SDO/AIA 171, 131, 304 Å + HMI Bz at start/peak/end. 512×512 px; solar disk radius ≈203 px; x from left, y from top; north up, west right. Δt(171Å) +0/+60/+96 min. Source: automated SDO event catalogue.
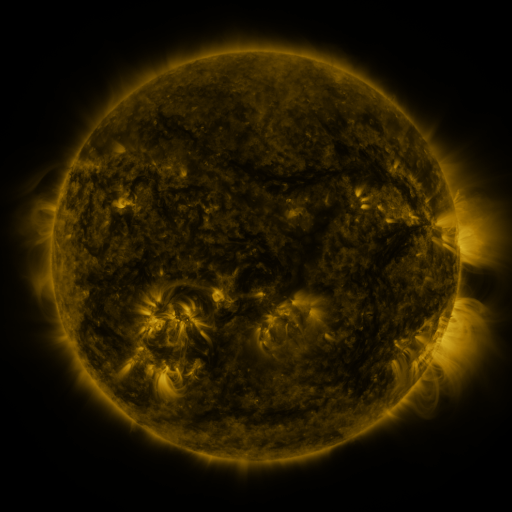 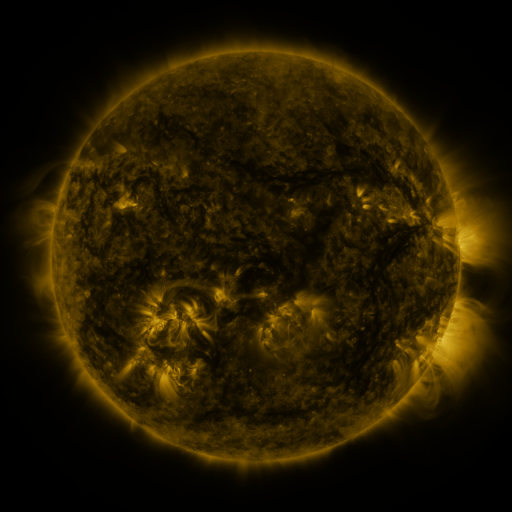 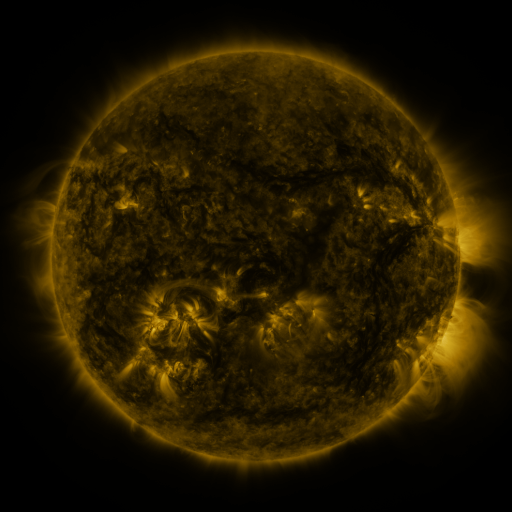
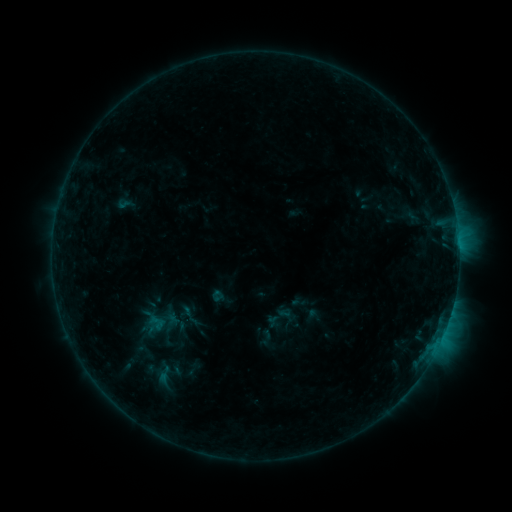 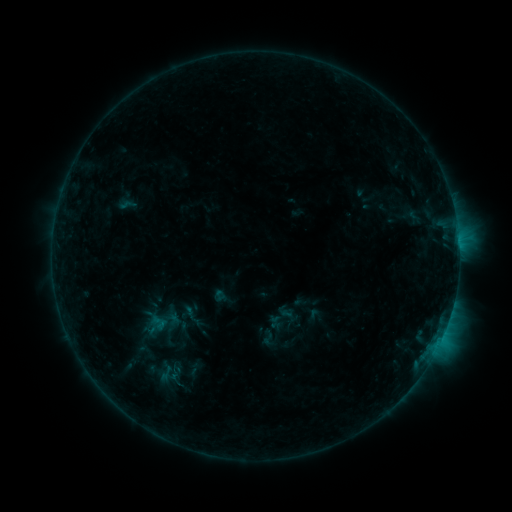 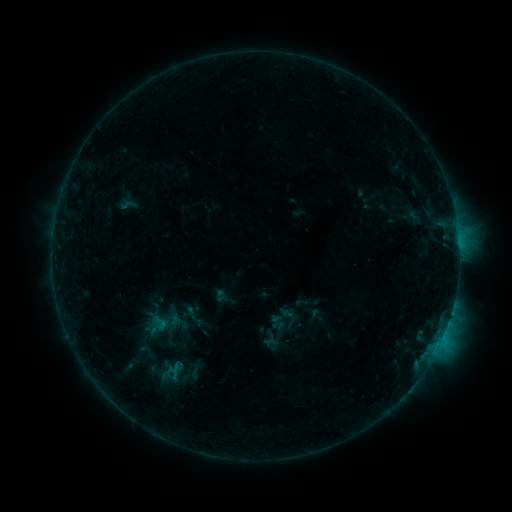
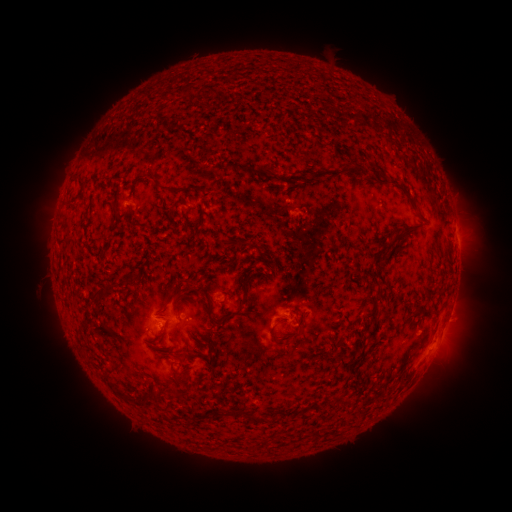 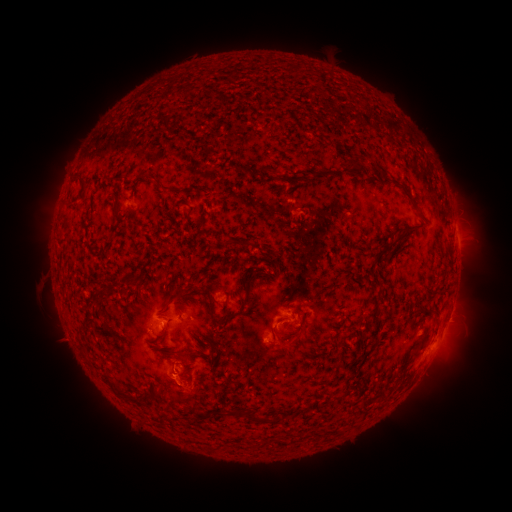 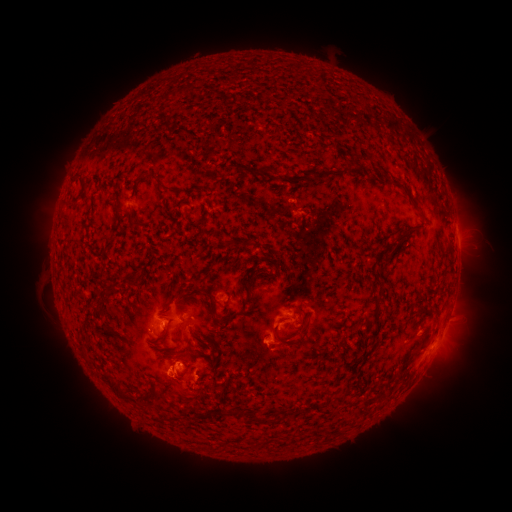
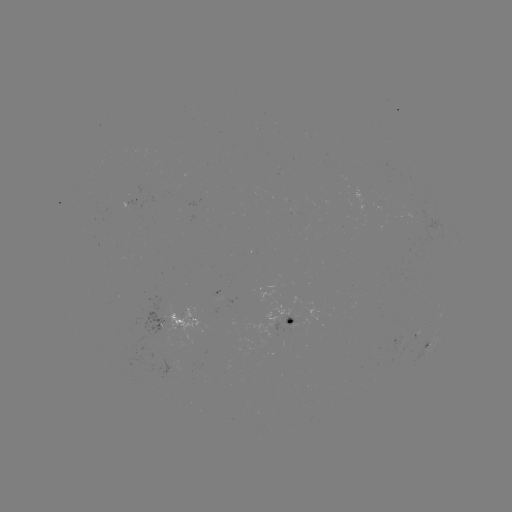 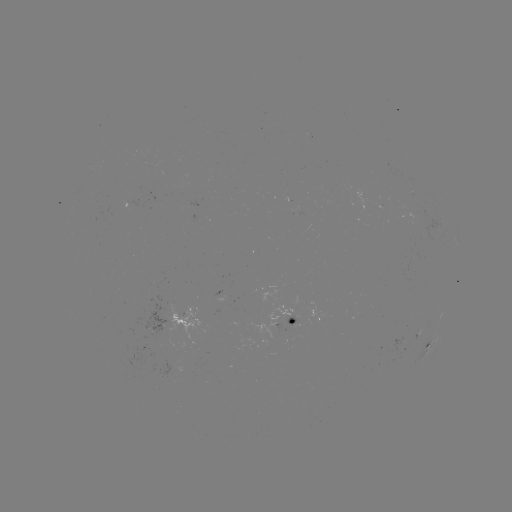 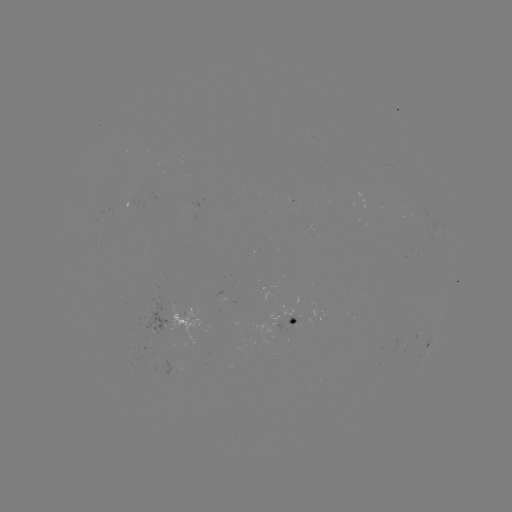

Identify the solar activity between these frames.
emerging-flux region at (174, 355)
